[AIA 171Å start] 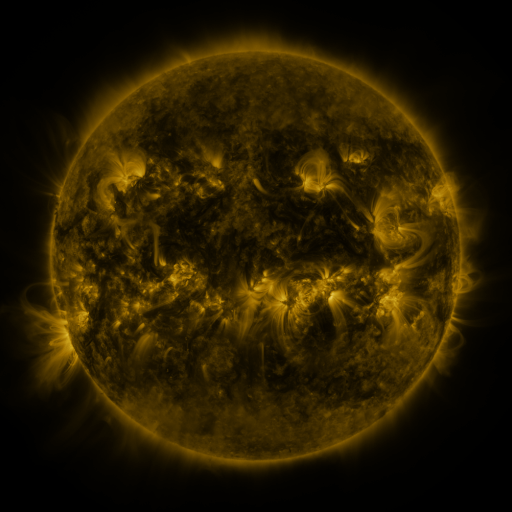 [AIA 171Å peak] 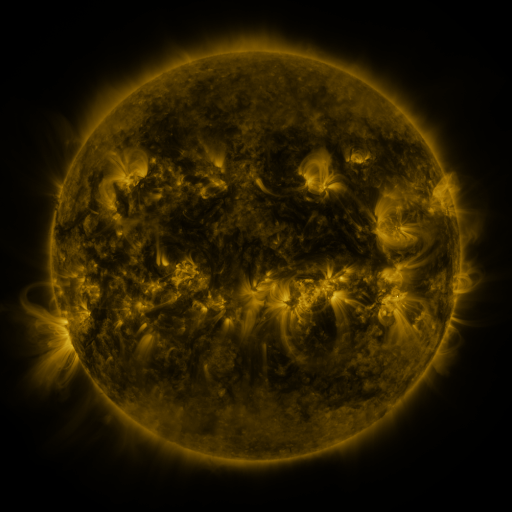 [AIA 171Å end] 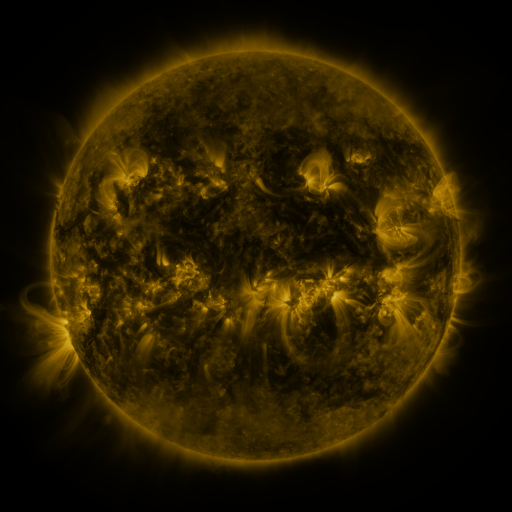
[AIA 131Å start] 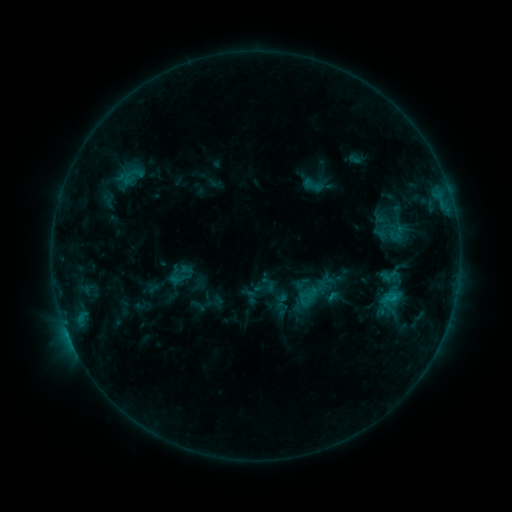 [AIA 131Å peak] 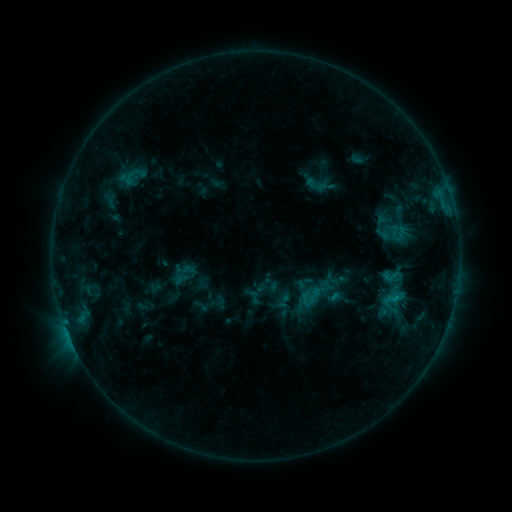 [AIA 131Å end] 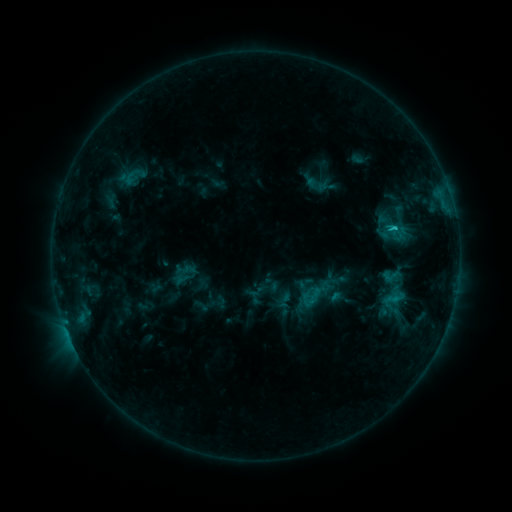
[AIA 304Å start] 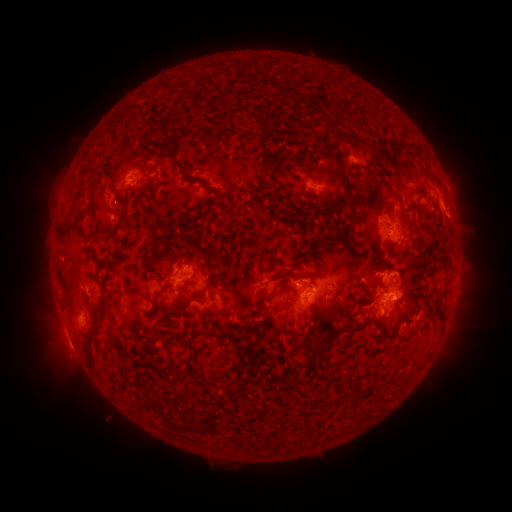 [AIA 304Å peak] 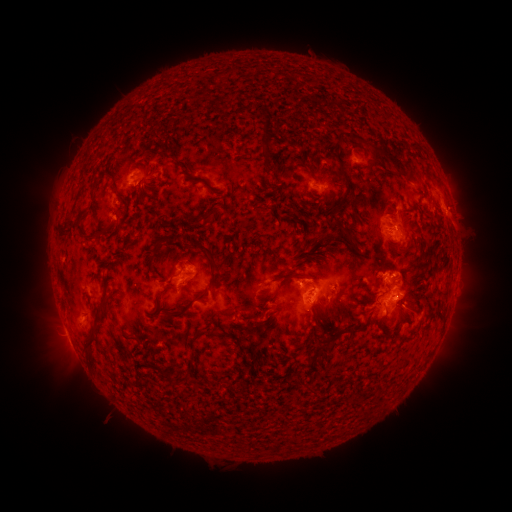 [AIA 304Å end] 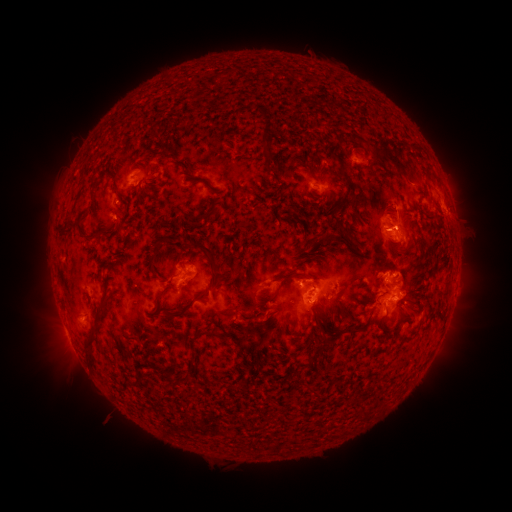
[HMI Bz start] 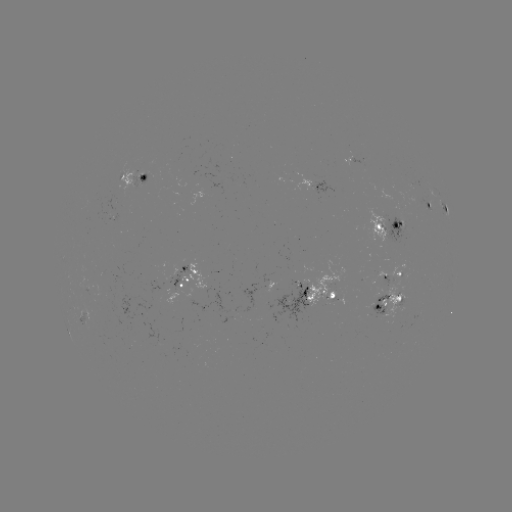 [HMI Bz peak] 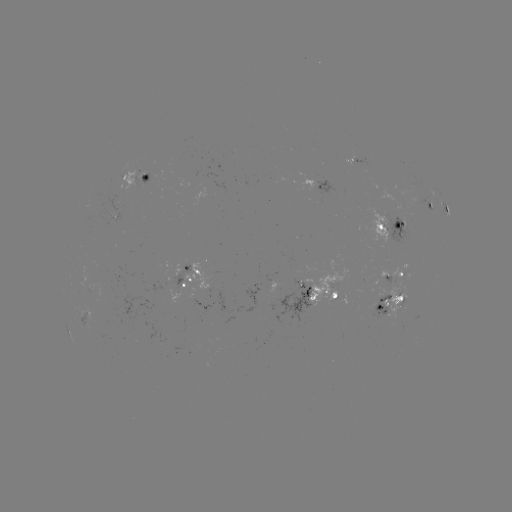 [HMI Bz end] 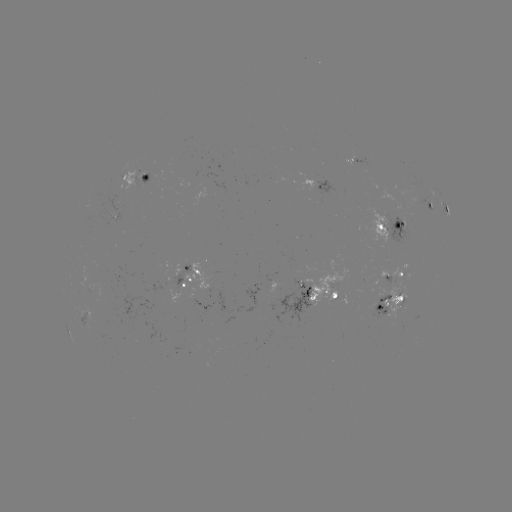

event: emerging-flux region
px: (245, 307)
